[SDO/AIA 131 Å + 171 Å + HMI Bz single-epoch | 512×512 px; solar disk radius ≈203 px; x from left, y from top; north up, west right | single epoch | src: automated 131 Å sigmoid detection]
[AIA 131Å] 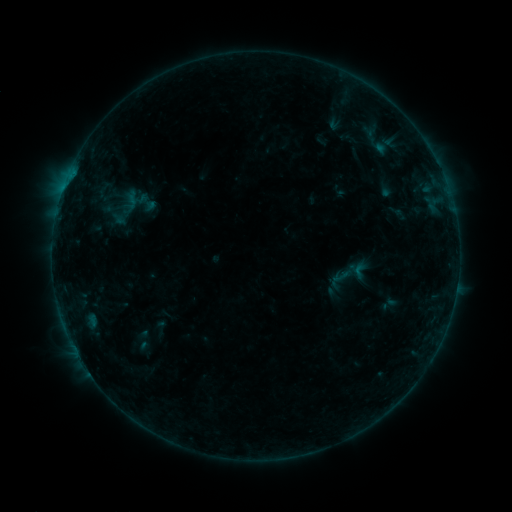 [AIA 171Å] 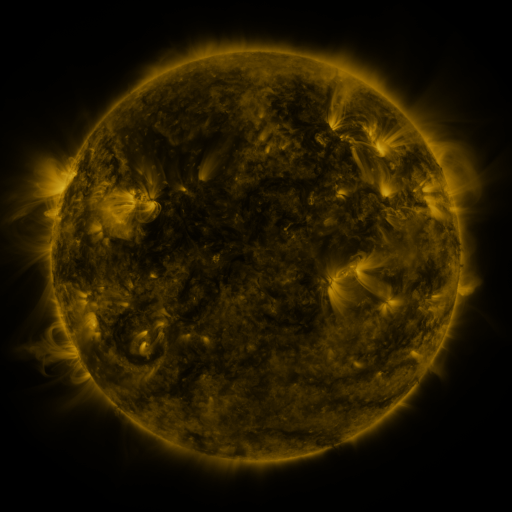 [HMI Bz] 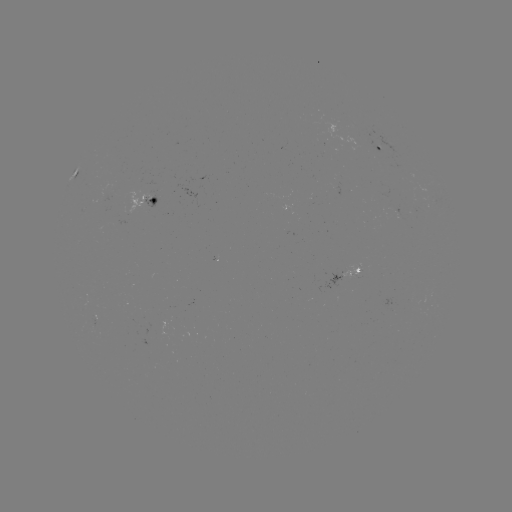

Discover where sigmoid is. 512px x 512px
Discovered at (359, 270).